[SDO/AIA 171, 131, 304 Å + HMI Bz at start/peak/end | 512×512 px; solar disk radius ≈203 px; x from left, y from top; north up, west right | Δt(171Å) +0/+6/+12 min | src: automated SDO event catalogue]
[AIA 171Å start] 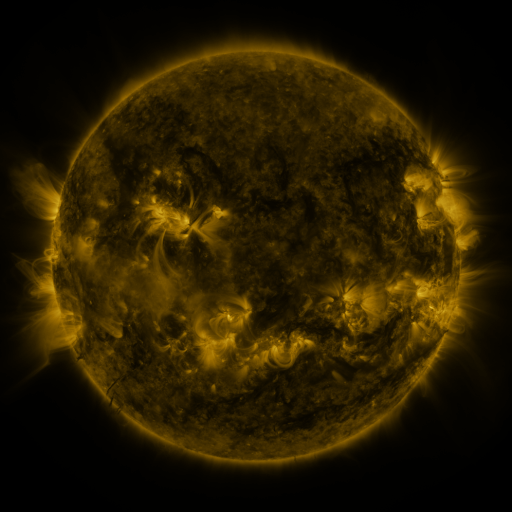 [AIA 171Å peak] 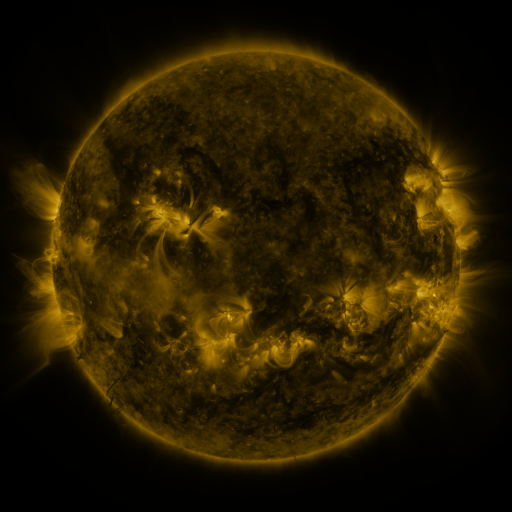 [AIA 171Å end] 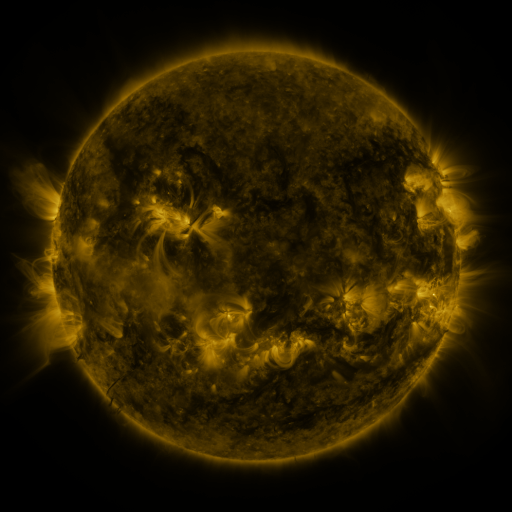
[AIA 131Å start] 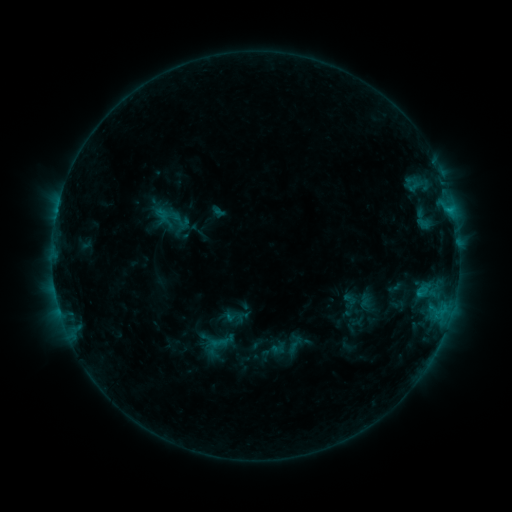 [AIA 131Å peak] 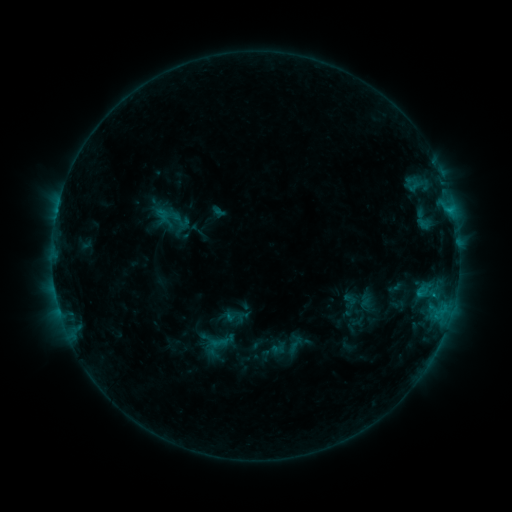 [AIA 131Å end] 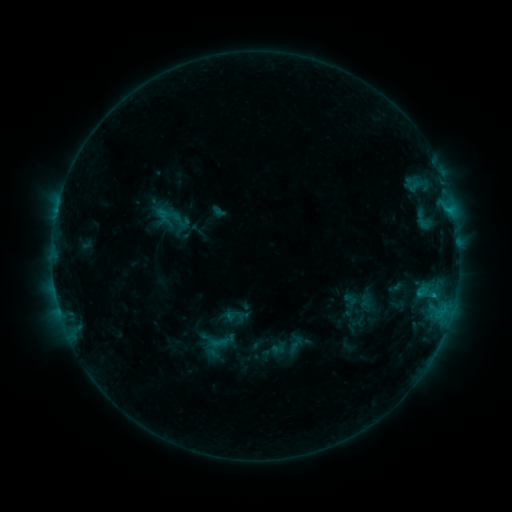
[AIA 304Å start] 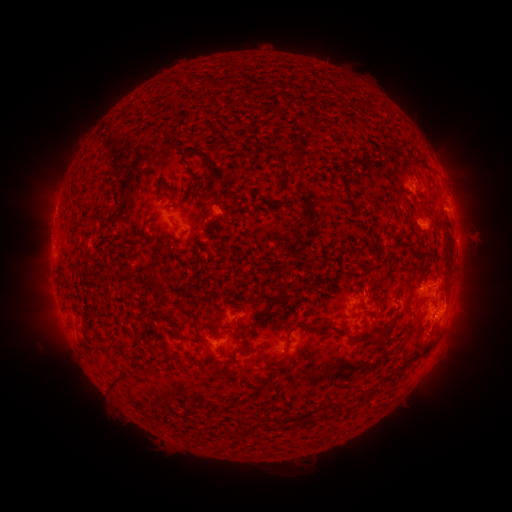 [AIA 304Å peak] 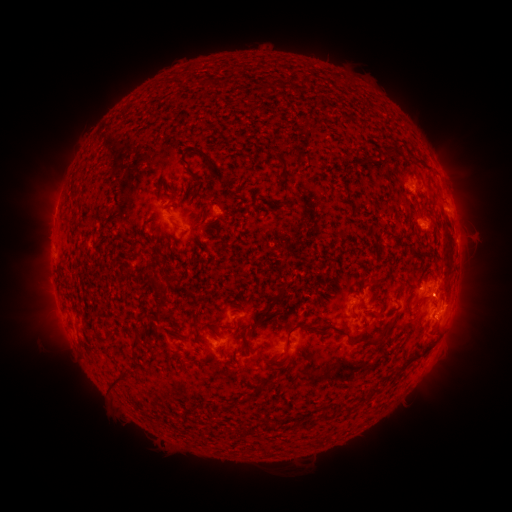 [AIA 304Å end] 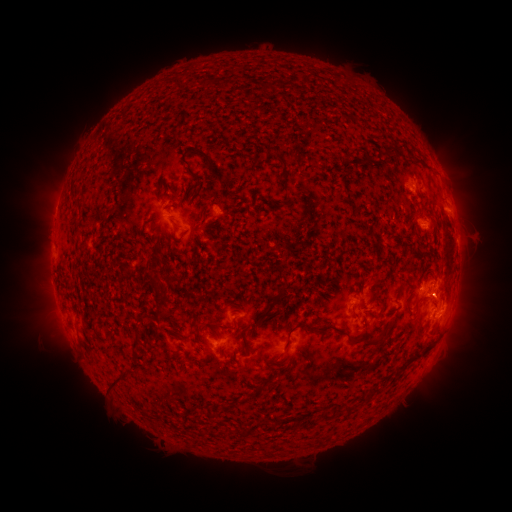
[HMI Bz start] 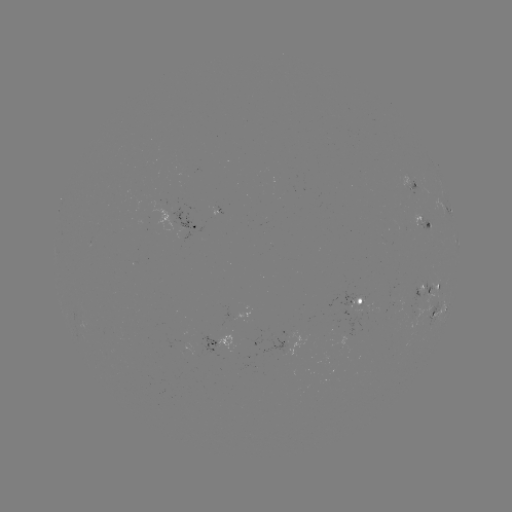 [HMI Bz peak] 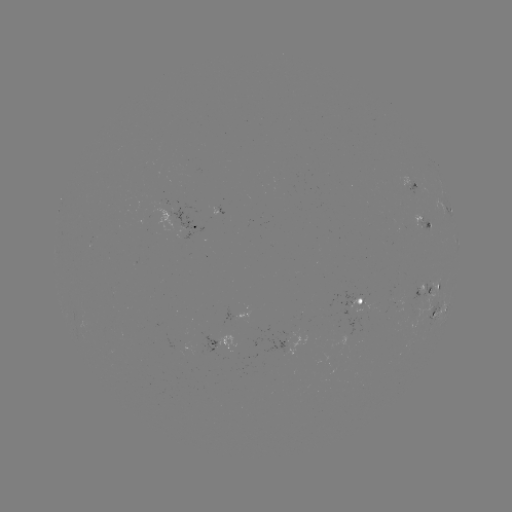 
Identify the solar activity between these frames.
B8.8 flare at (432, 292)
